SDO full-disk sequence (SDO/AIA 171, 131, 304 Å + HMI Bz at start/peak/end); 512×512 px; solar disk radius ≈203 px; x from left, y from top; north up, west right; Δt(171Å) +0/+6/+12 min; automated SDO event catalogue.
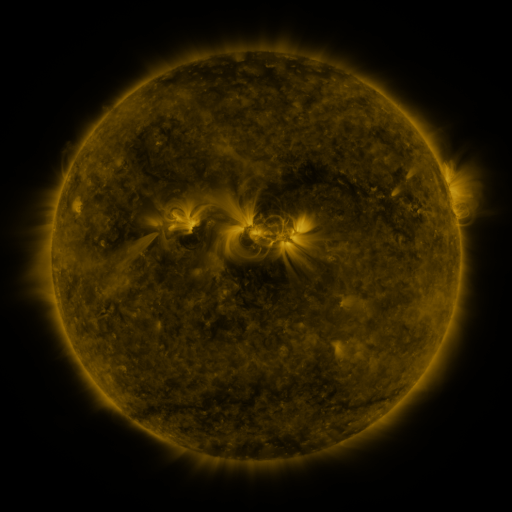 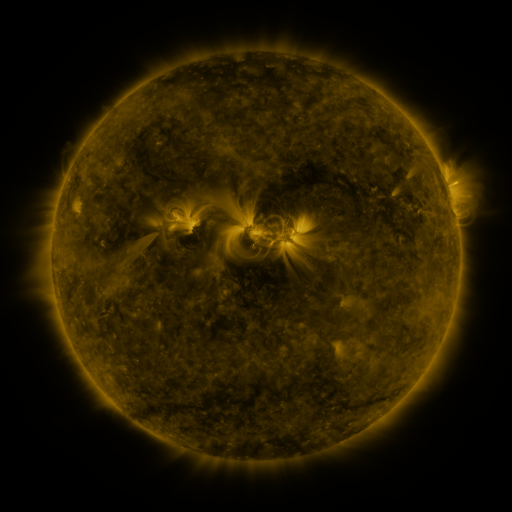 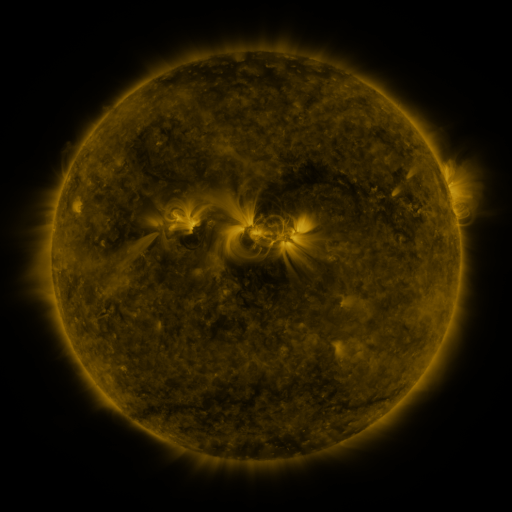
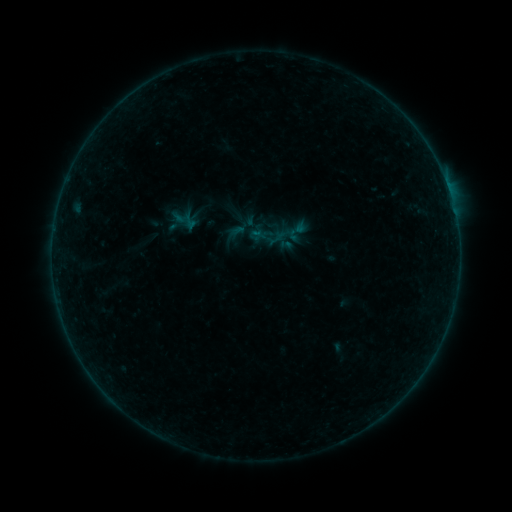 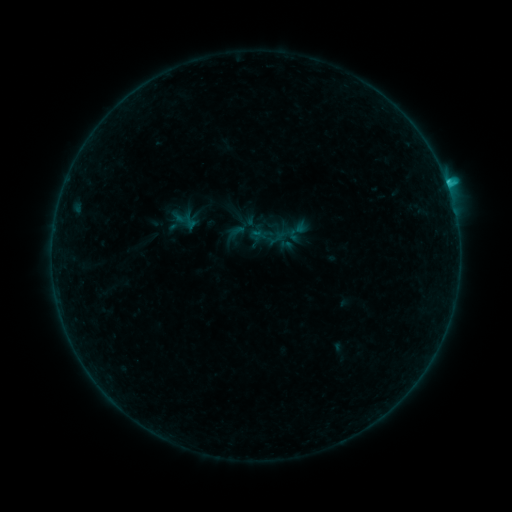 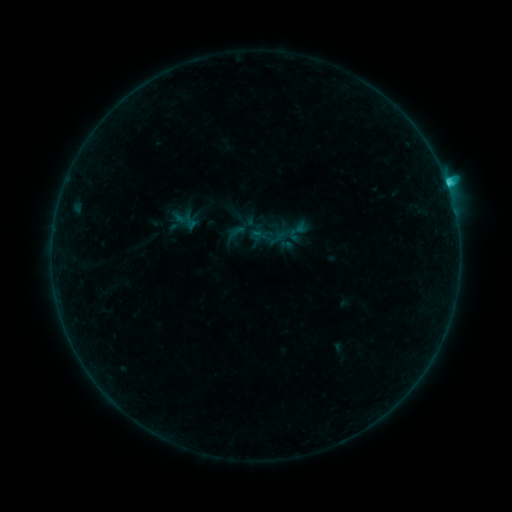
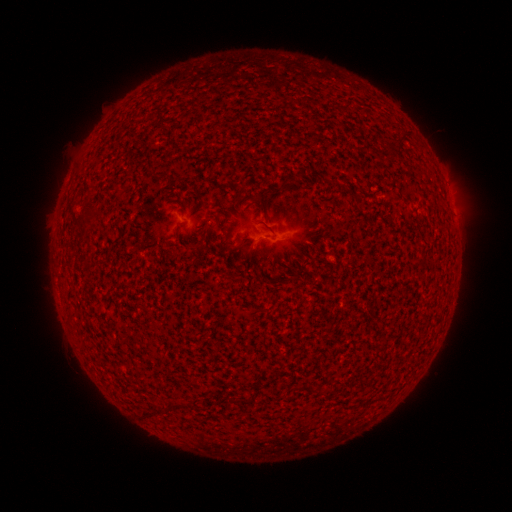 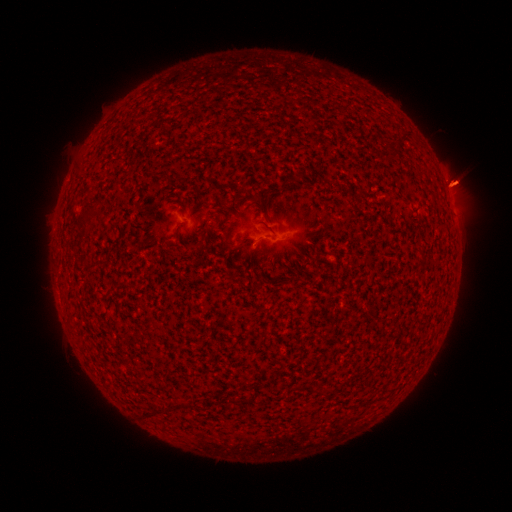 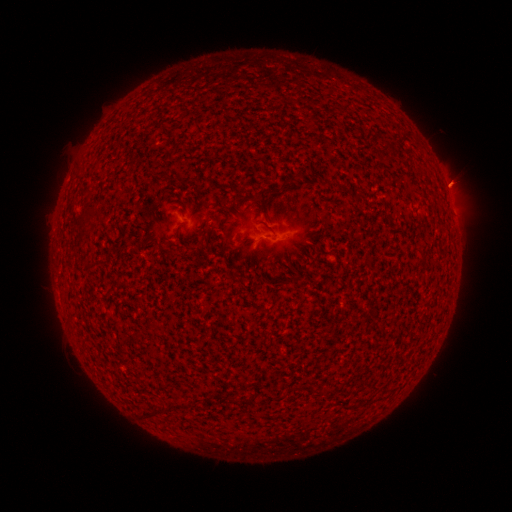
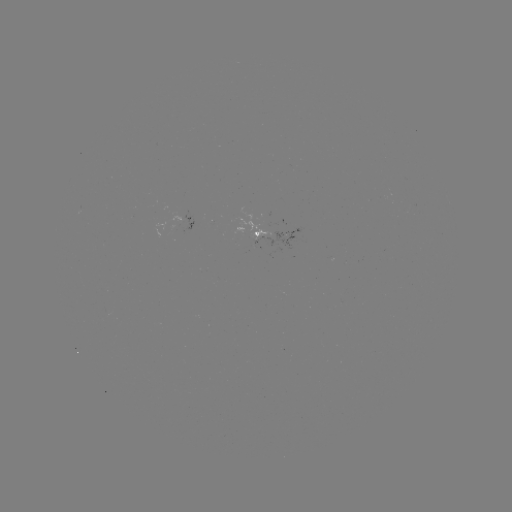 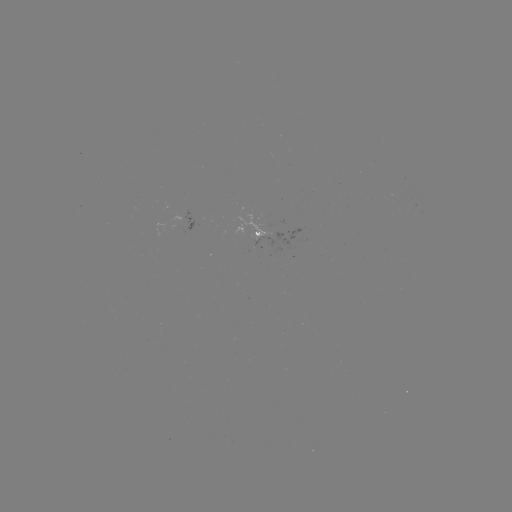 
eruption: <bbox>389, 147, 485, 243</bbox>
